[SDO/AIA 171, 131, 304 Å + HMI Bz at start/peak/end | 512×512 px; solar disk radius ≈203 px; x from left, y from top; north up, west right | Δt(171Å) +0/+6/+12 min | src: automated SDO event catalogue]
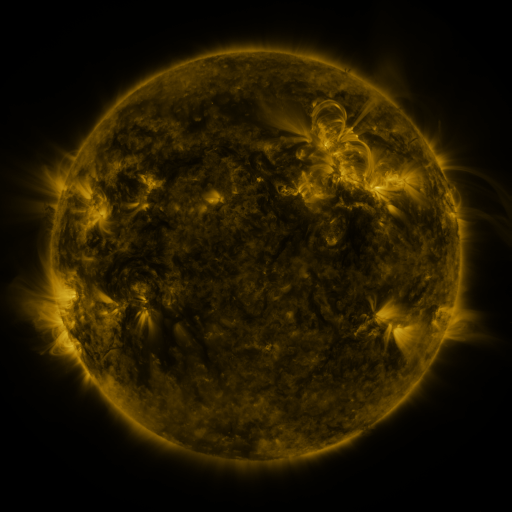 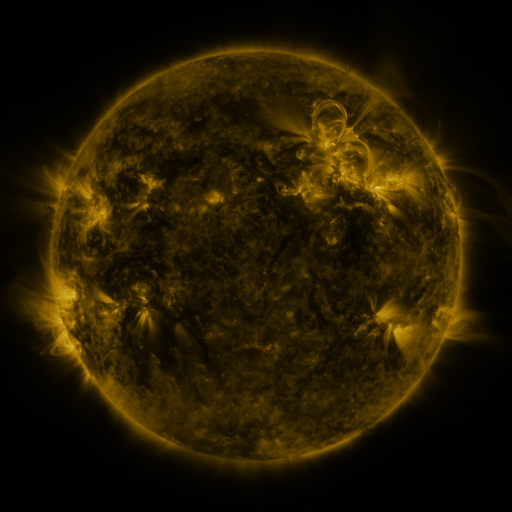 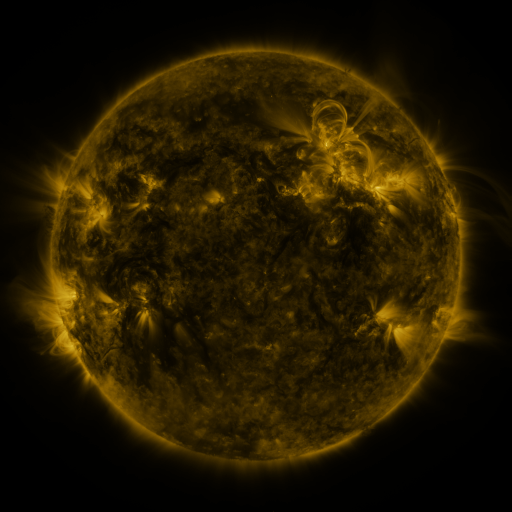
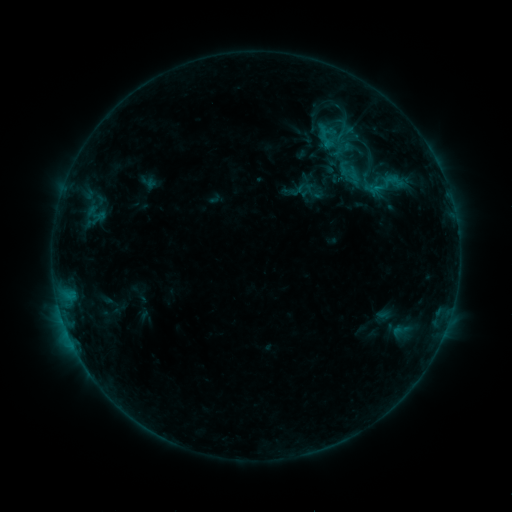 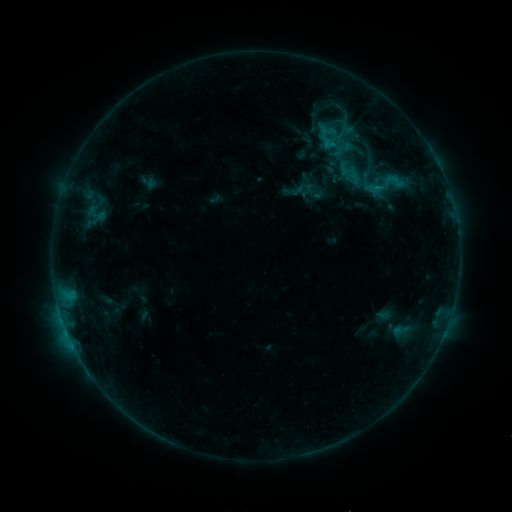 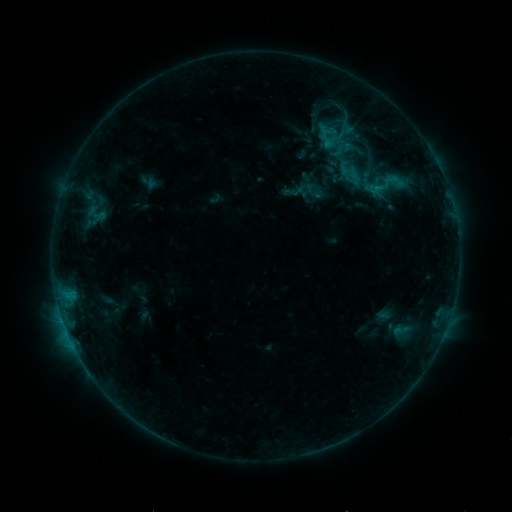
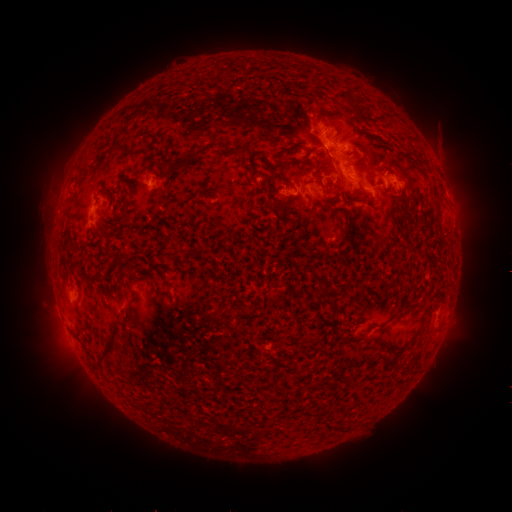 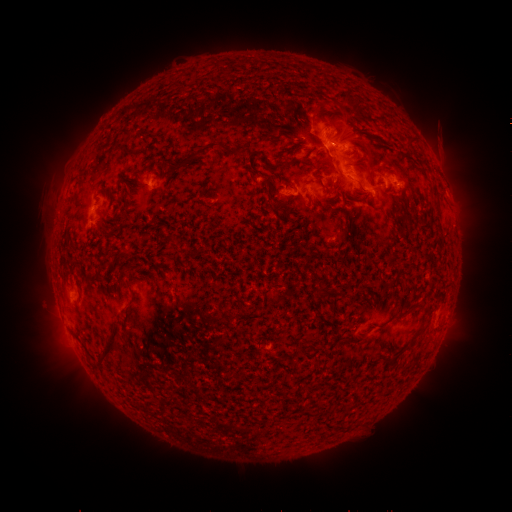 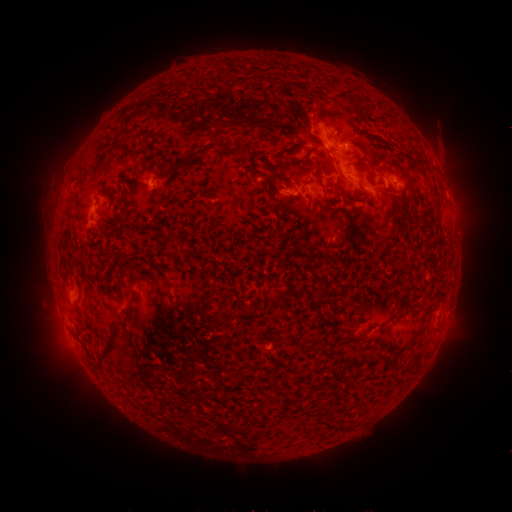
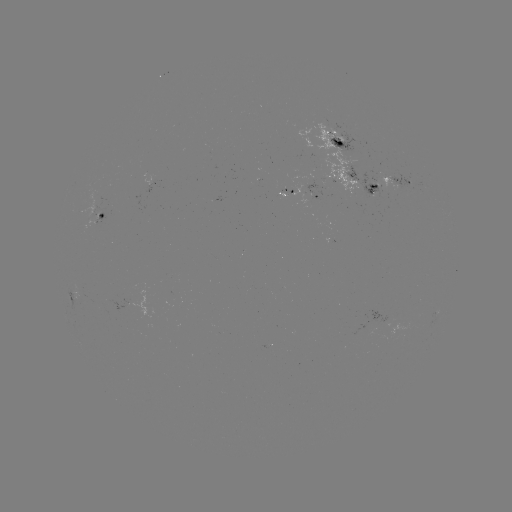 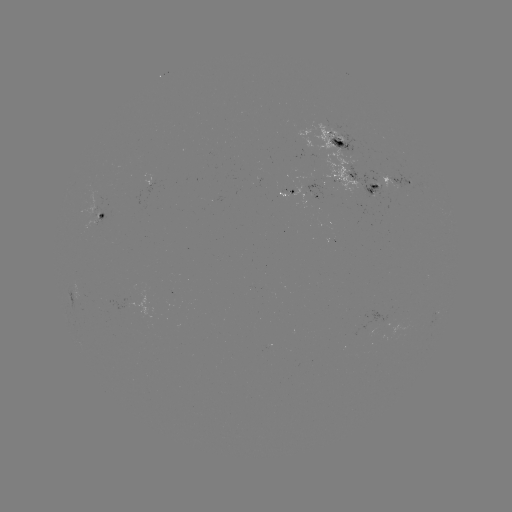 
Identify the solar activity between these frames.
nothing was catalogued: no classed flare, no EUV trigger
